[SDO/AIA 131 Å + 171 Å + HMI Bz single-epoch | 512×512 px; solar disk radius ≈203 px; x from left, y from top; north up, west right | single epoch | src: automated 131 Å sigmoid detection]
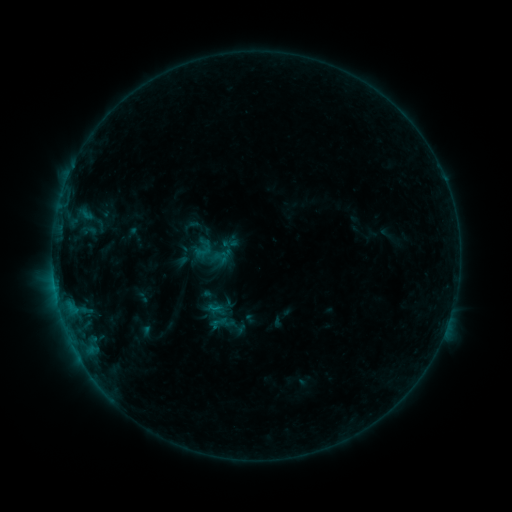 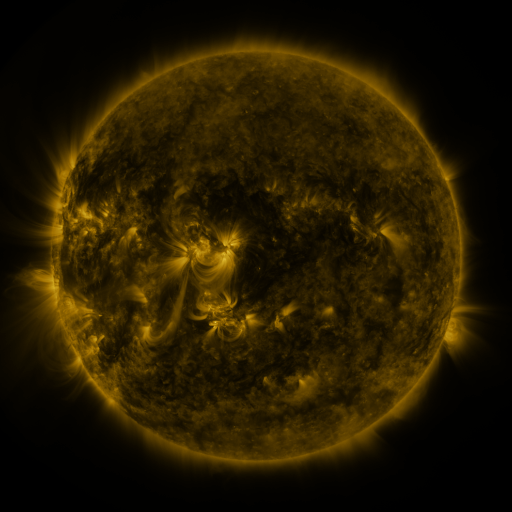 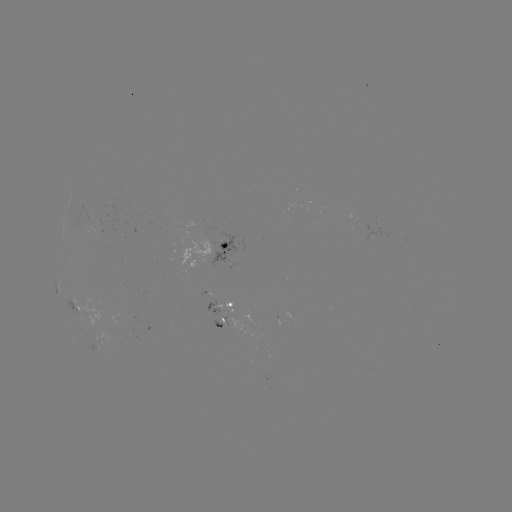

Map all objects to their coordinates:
sigmoid: [190, 216, 210, 238]
sigmoid: [204, 236, 239, 272]
